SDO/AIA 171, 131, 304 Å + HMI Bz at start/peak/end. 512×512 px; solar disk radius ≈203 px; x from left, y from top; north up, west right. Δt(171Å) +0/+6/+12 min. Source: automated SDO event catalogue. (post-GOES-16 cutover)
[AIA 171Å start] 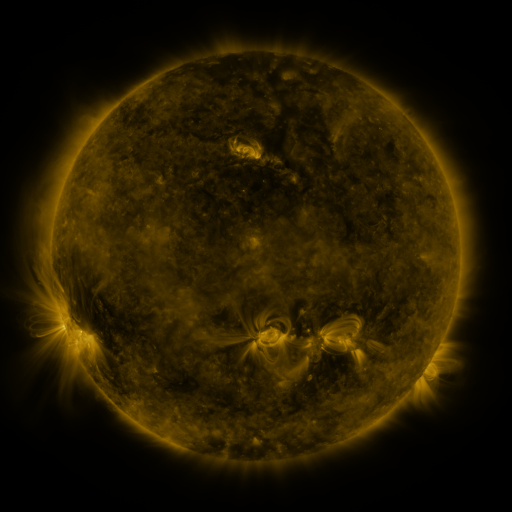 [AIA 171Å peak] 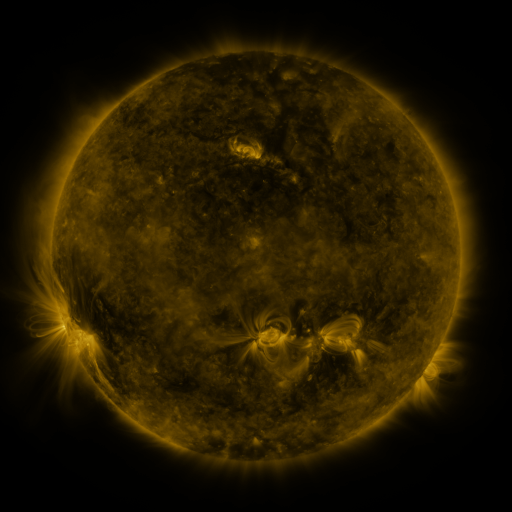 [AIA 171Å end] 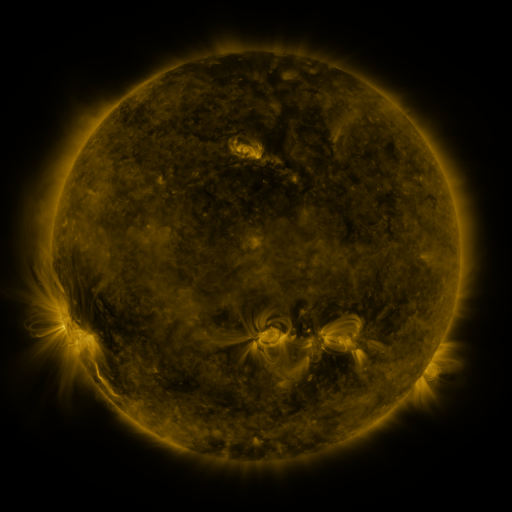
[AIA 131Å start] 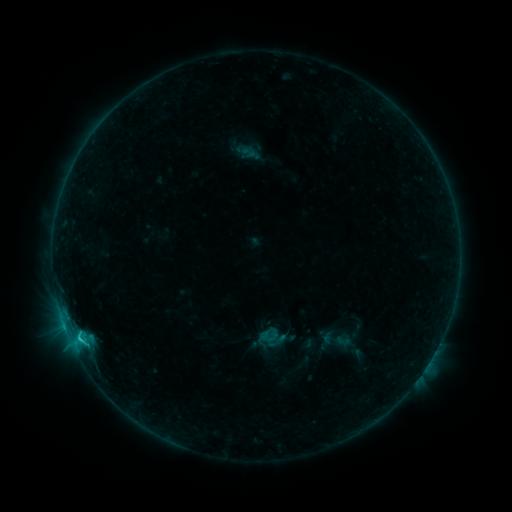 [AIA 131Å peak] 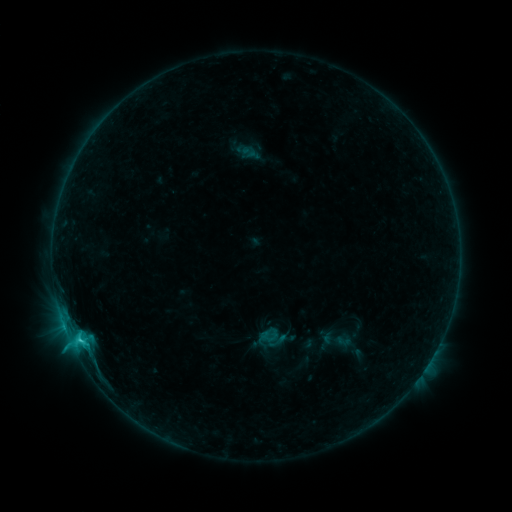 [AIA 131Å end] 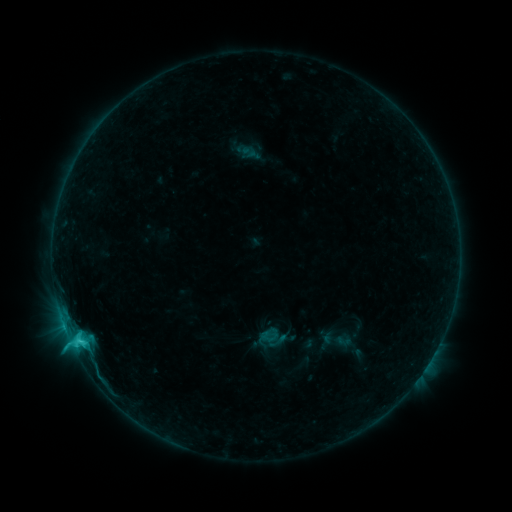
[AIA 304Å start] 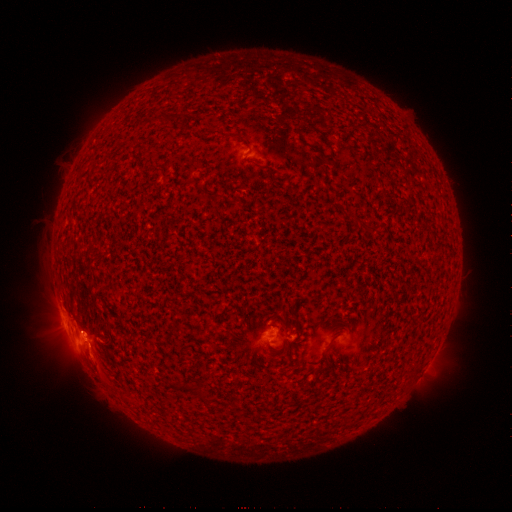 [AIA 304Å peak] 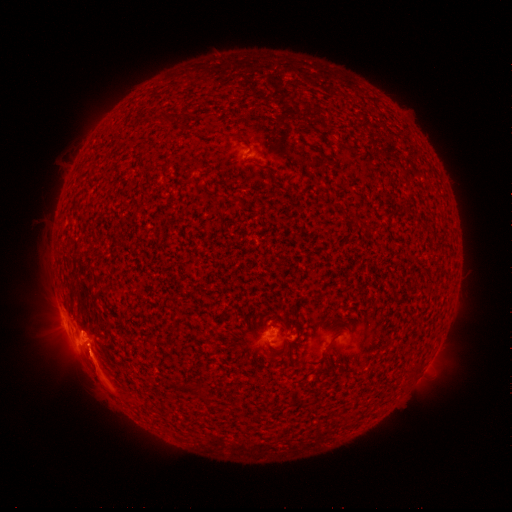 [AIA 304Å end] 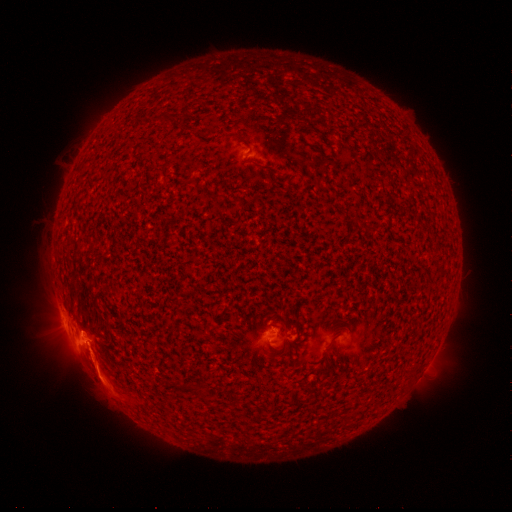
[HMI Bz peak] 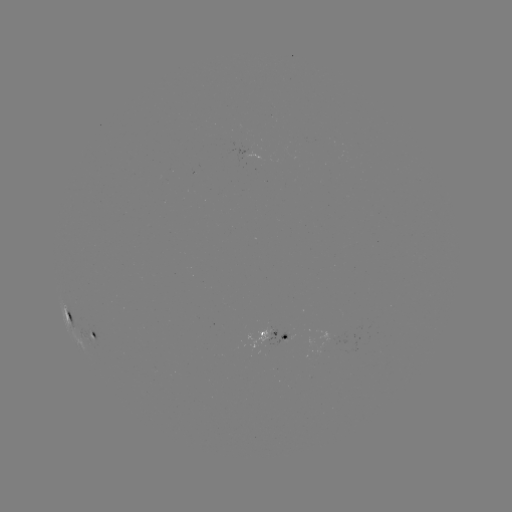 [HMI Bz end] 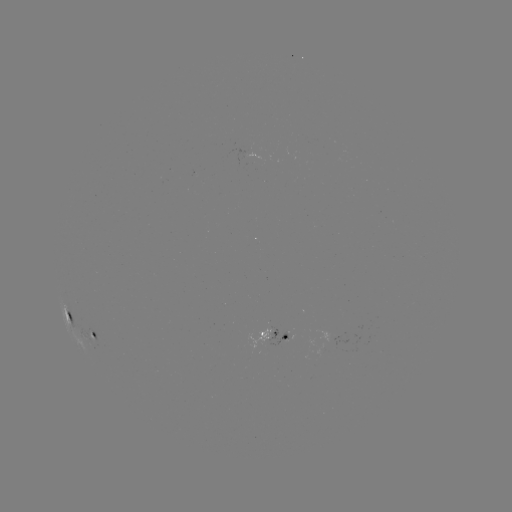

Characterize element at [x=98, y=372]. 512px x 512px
eruption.